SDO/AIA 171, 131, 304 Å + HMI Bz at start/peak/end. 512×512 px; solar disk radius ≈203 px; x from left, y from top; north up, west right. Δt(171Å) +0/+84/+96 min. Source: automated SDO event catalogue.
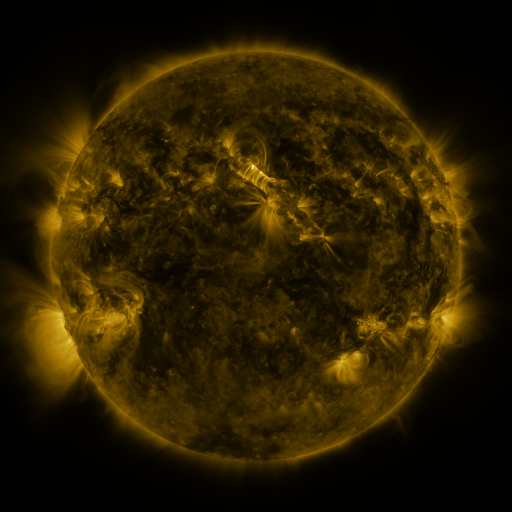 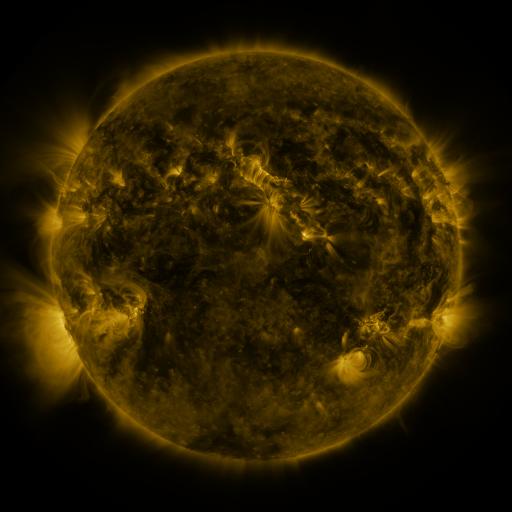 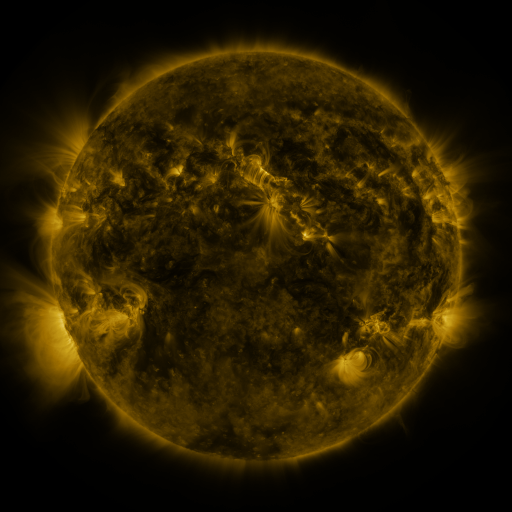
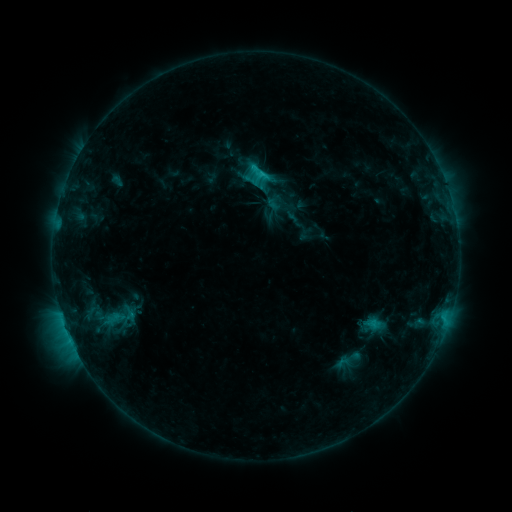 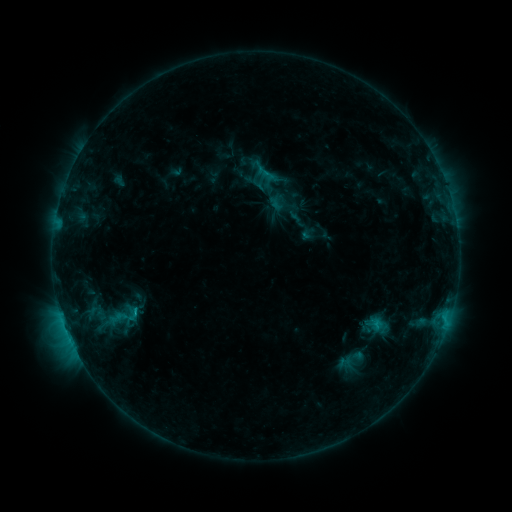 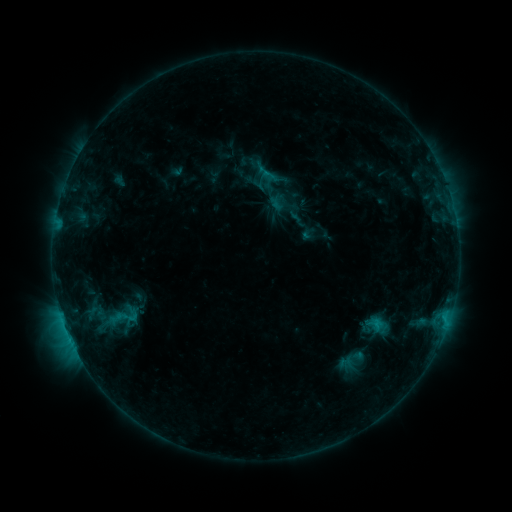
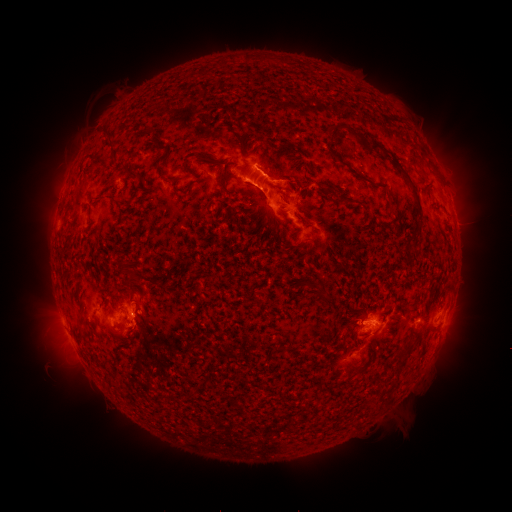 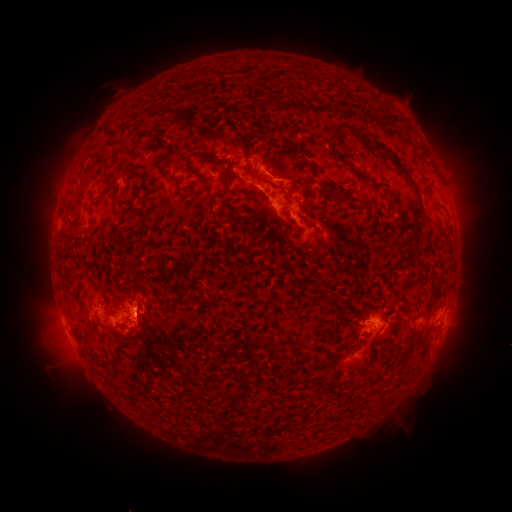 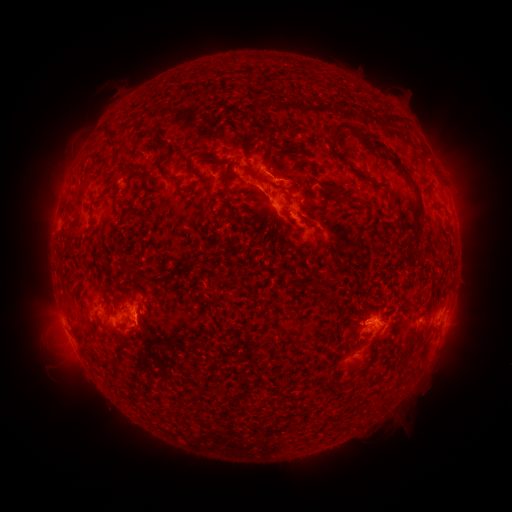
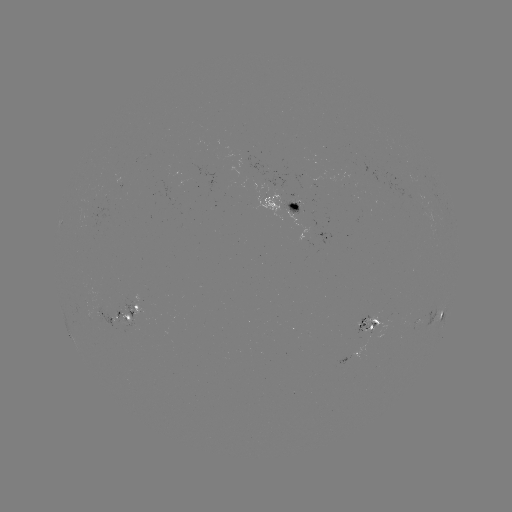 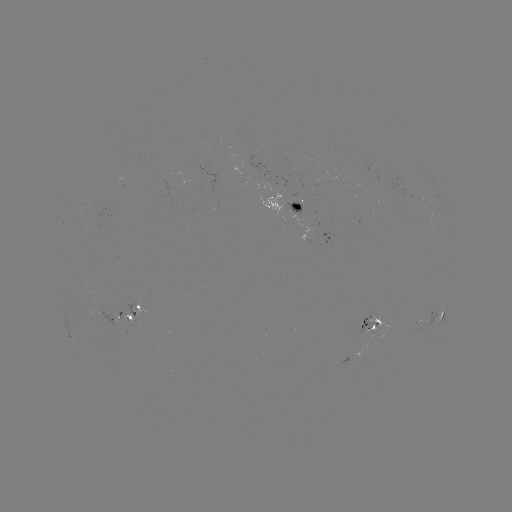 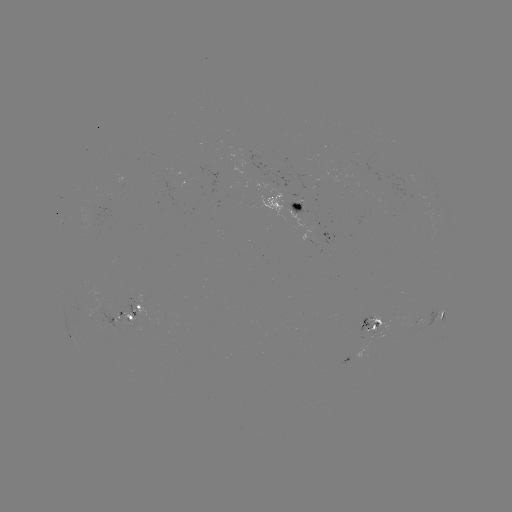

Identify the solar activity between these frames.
emerging-flux region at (295, 205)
